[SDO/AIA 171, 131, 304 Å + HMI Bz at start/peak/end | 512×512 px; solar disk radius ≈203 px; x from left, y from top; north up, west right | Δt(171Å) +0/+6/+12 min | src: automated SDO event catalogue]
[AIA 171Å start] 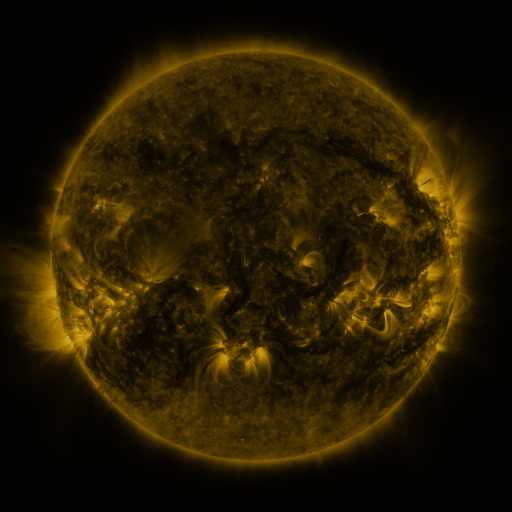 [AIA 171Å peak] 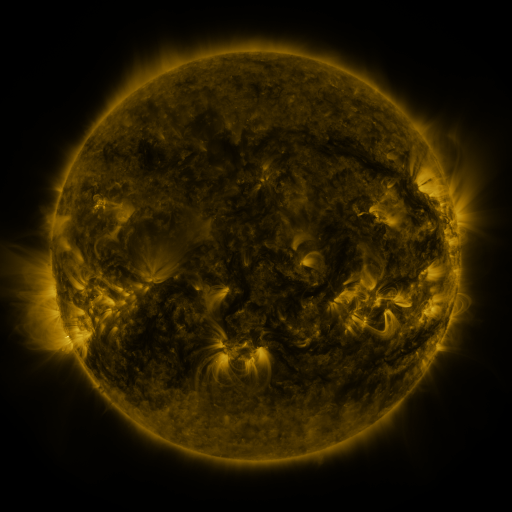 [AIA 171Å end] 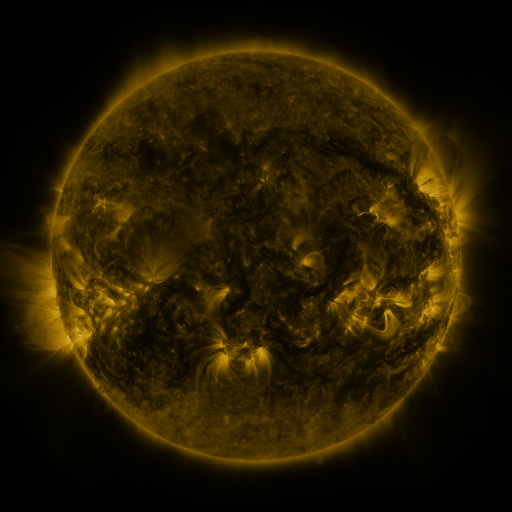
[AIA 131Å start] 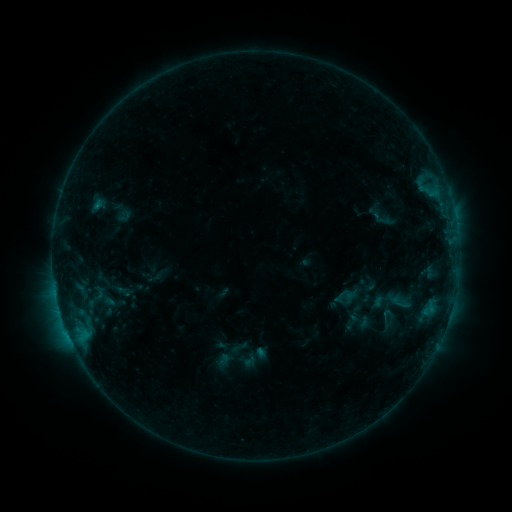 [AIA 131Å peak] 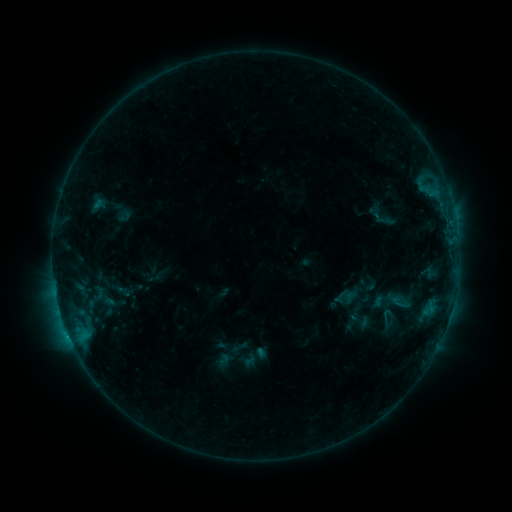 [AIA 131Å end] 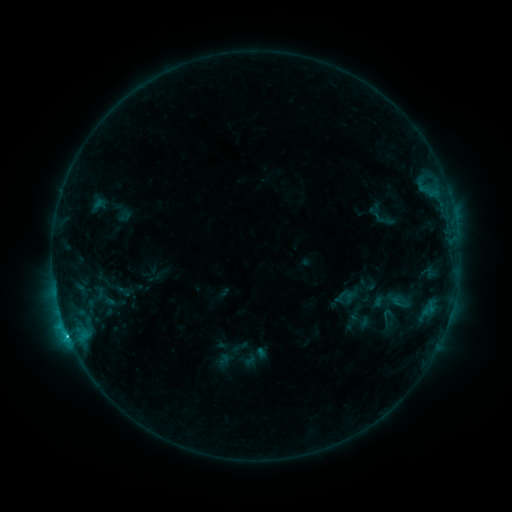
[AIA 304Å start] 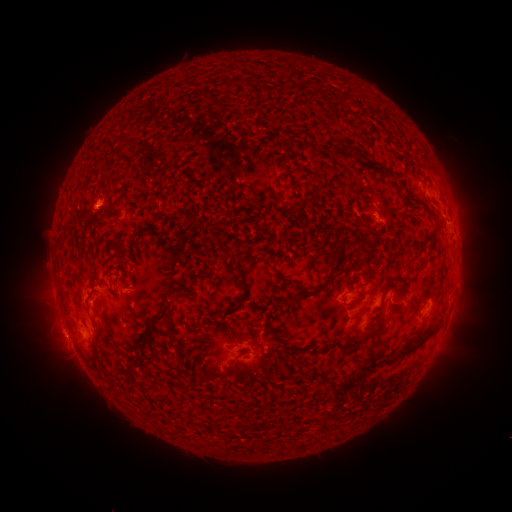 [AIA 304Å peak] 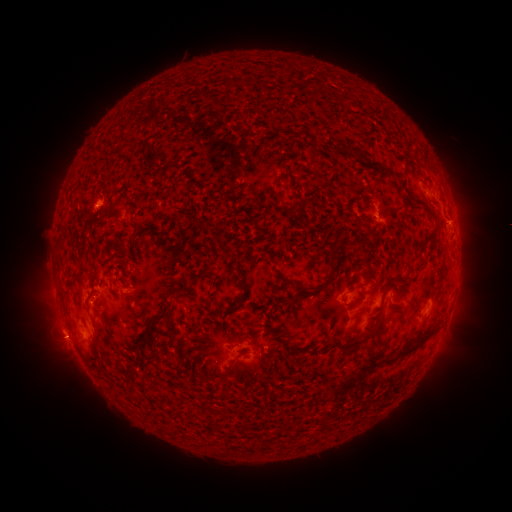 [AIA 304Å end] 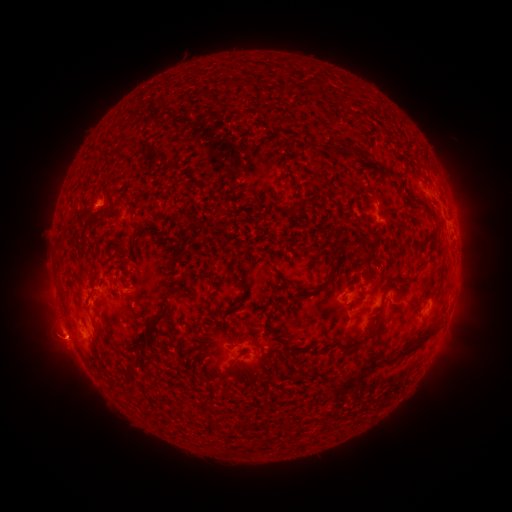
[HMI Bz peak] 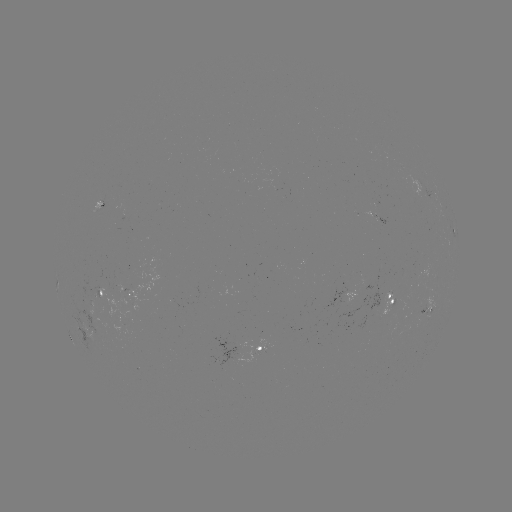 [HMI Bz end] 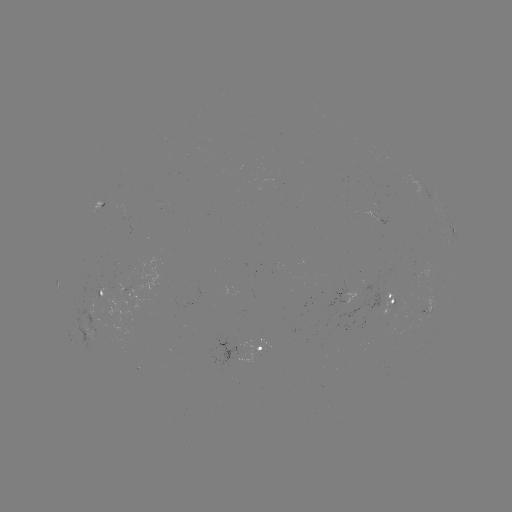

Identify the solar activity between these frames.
eruption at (457, 221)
